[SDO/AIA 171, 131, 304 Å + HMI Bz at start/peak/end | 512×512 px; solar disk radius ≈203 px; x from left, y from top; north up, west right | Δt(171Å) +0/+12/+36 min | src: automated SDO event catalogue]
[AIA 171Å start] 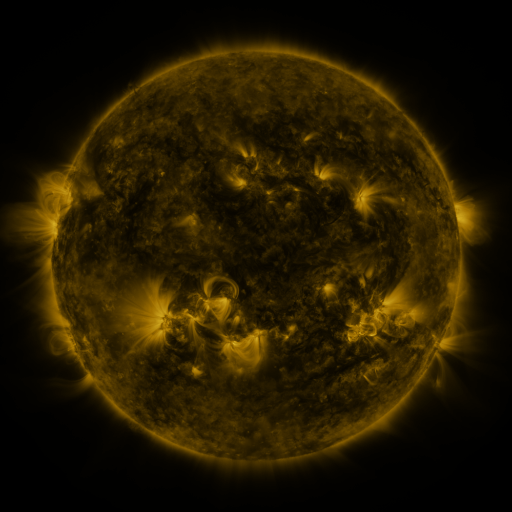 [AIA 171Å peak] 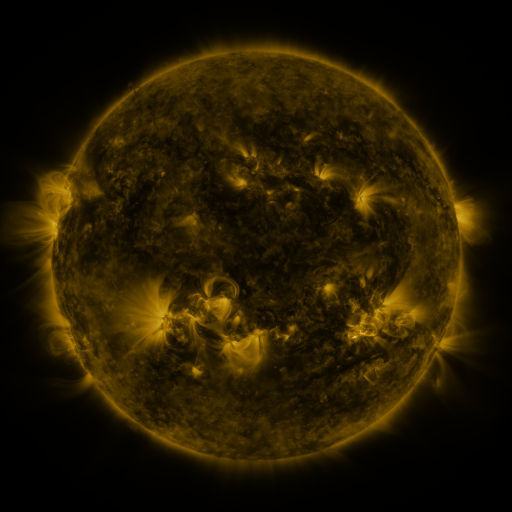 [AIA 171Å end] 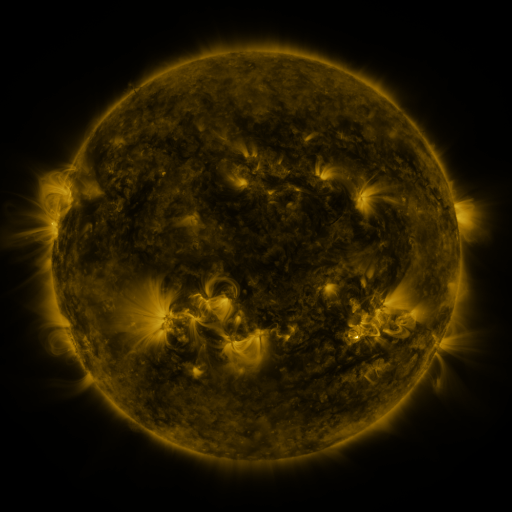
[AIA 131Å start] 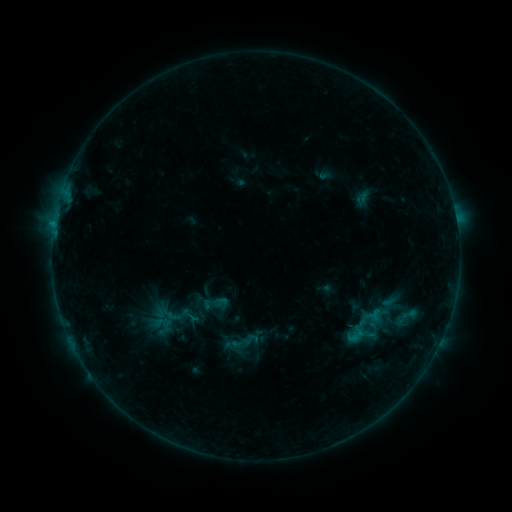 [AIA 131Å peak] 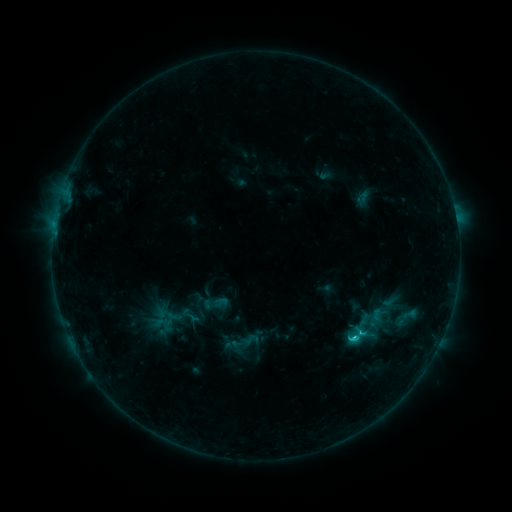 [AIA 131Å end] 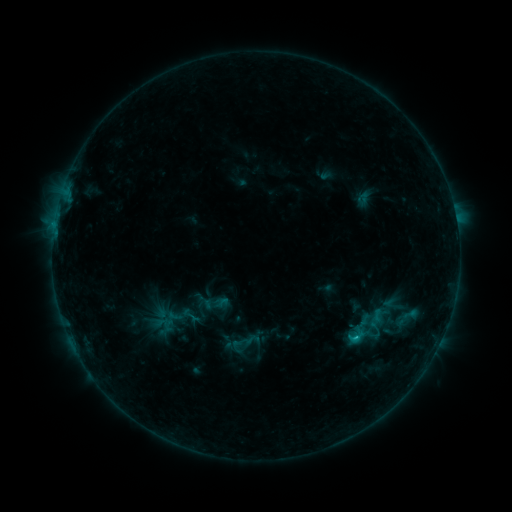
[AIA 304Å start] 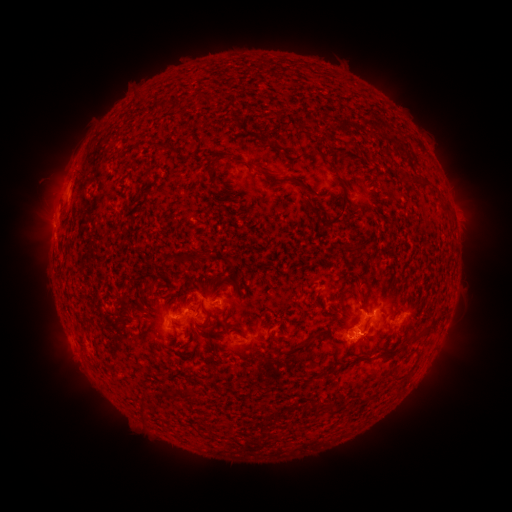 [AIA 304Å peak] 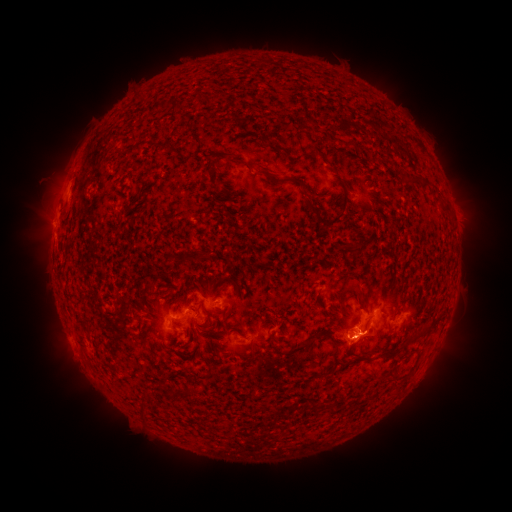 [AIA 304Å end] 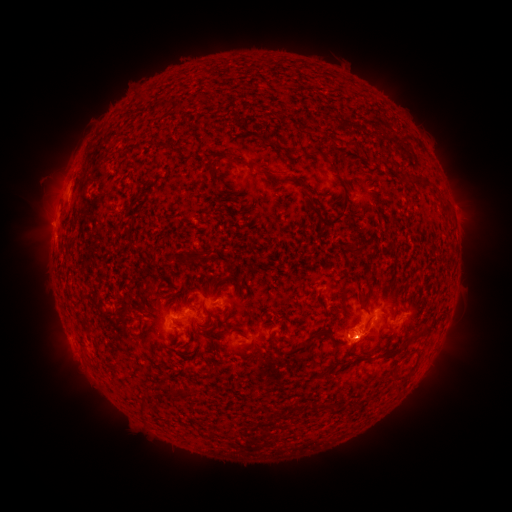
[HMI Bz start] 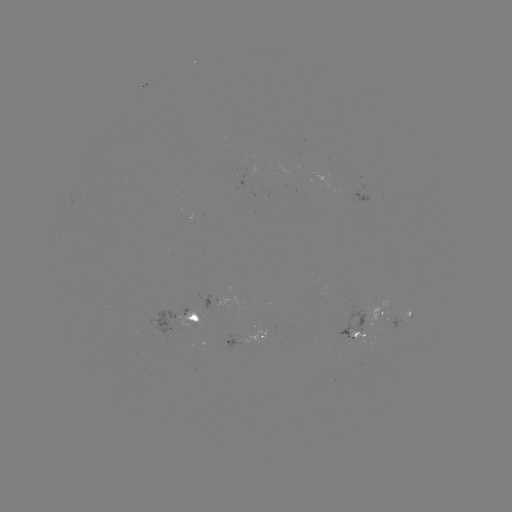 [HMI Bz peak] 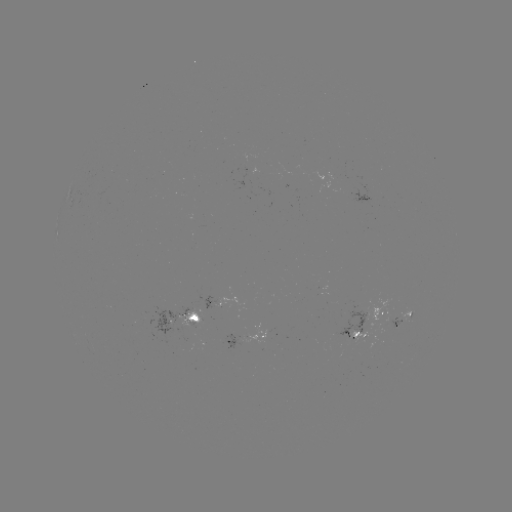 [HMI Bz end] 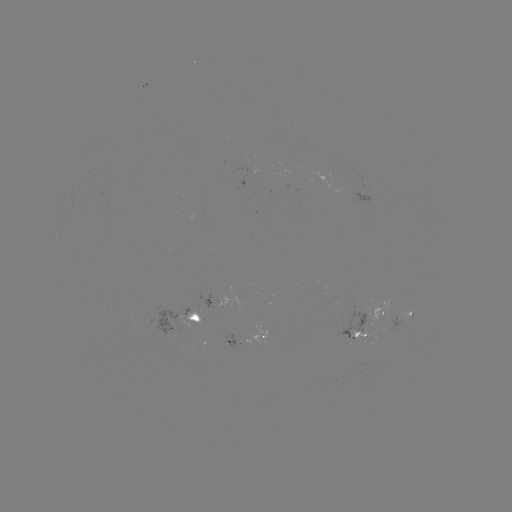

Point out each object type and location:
C1.9 flare: (352, 337)
